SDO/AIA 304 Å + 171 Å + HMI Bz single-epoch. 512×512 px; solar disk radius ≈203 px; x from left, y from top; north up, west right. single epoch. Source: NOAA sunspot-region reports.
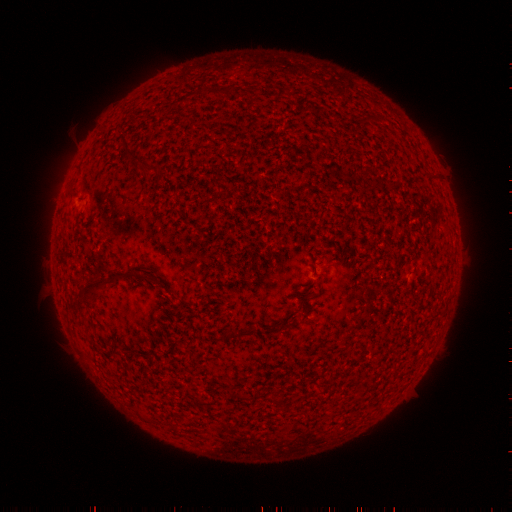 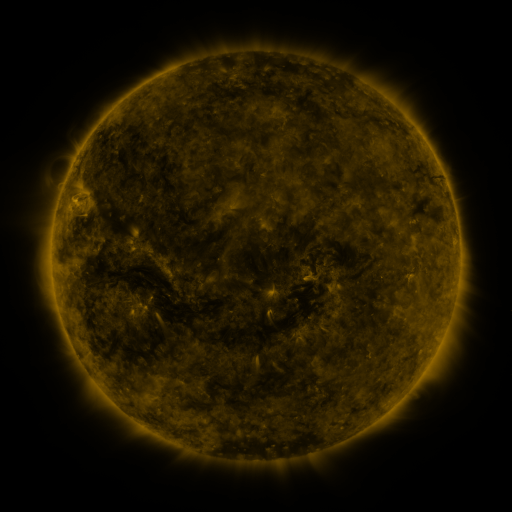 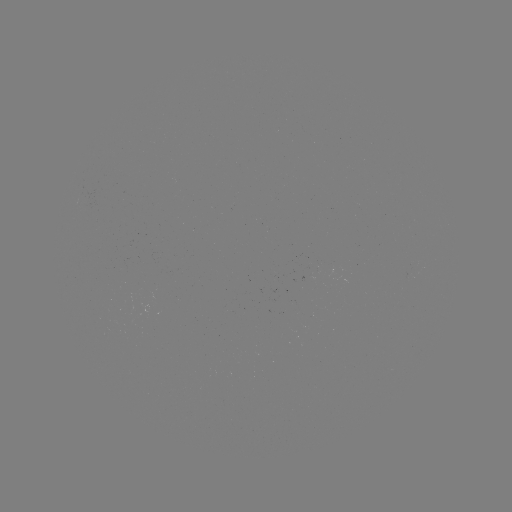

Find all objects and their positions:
(none)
